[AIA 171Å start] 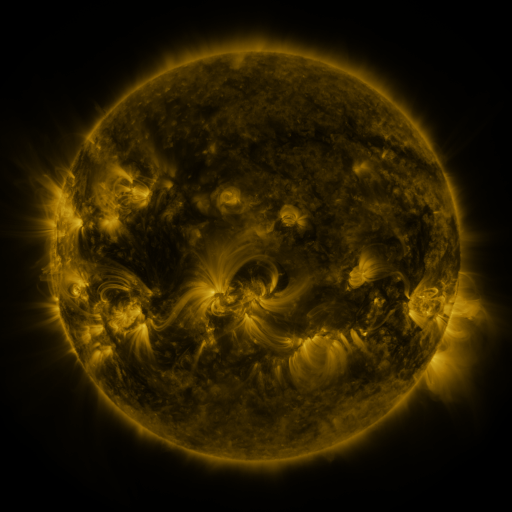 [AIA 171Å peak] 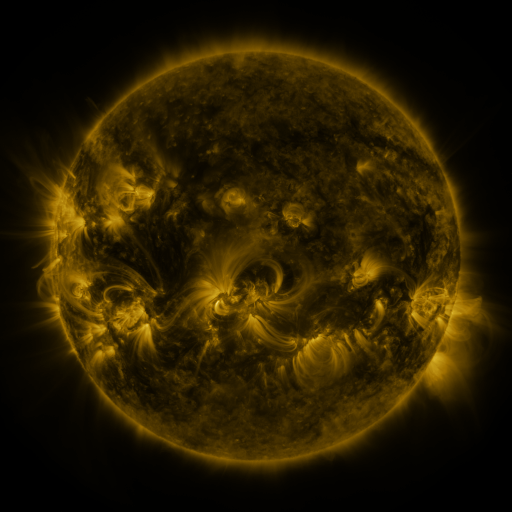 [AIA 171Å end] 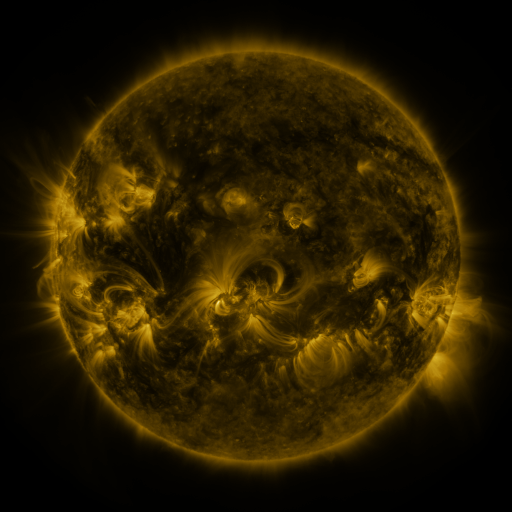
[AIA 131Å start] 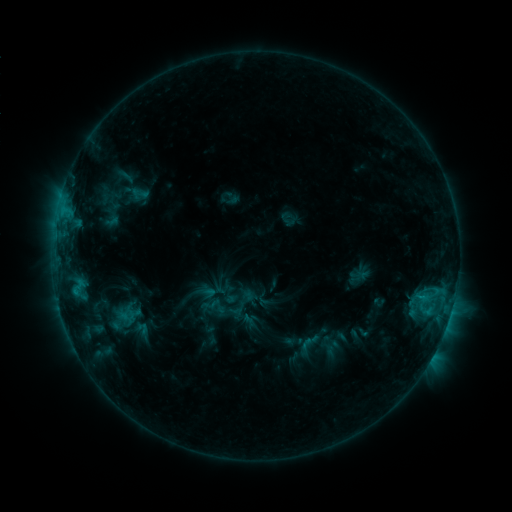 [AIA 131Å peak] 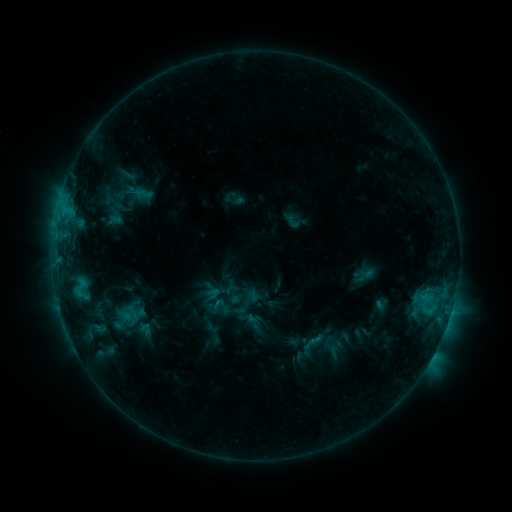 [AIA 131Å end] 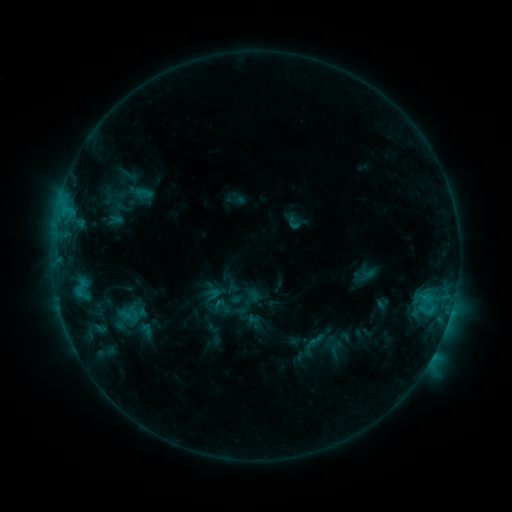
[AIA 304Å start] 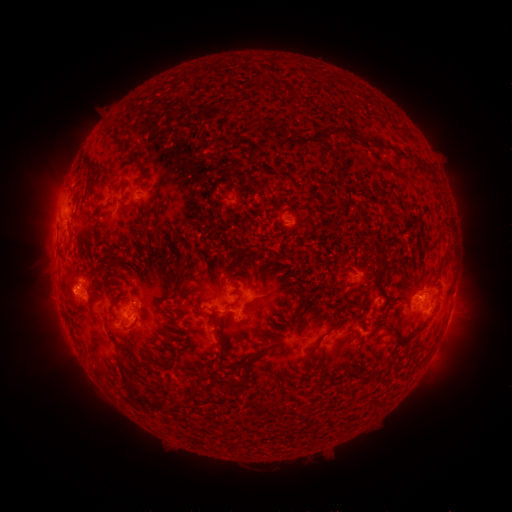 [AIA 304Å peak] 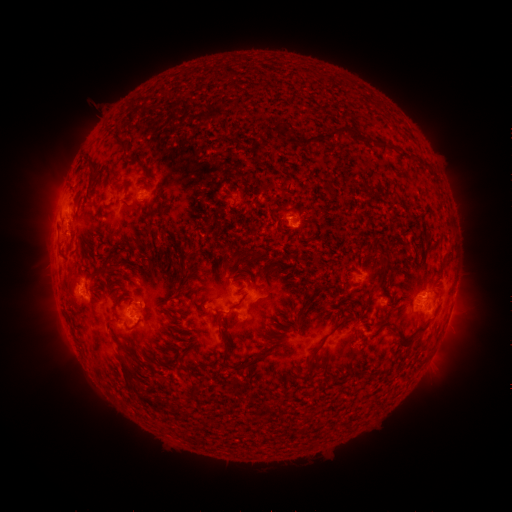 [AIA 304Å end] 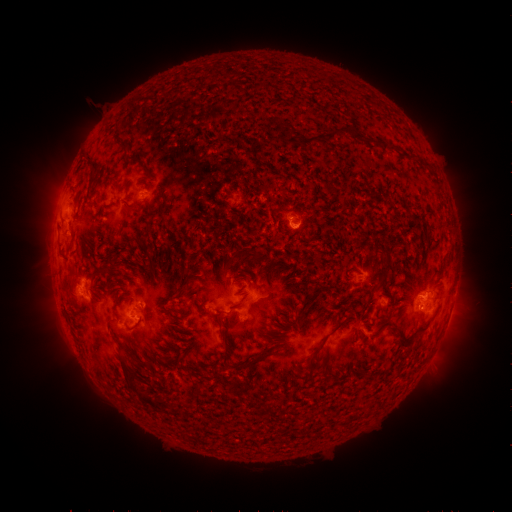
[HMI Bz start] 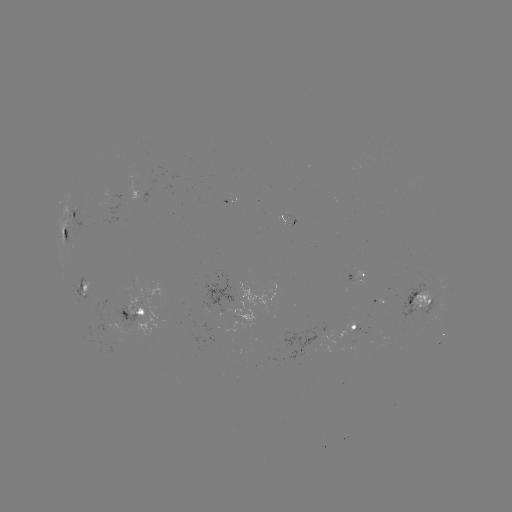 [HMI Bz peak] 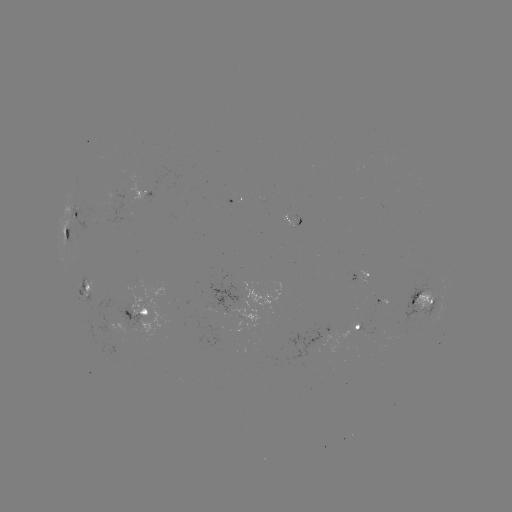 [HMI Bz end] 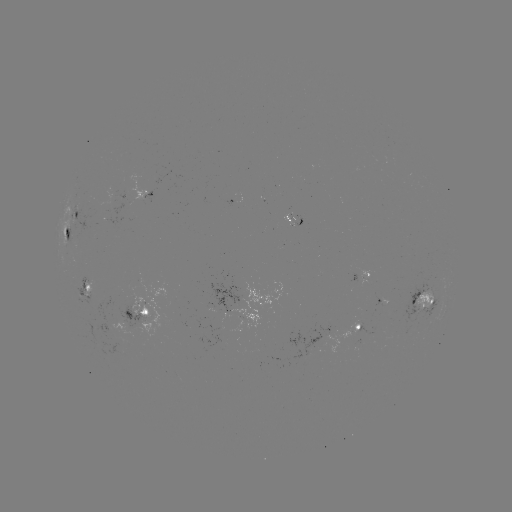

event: emerging-flux region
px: (110, 337)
